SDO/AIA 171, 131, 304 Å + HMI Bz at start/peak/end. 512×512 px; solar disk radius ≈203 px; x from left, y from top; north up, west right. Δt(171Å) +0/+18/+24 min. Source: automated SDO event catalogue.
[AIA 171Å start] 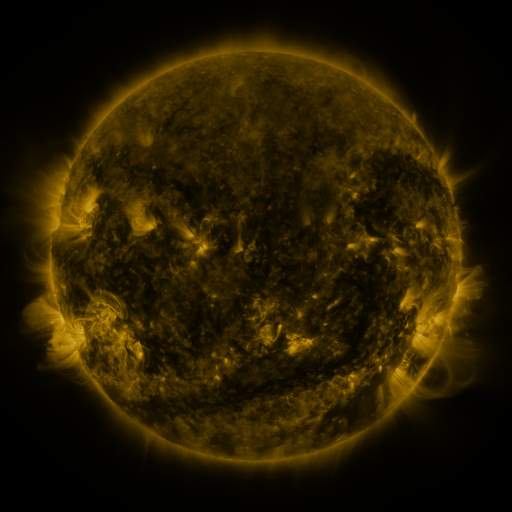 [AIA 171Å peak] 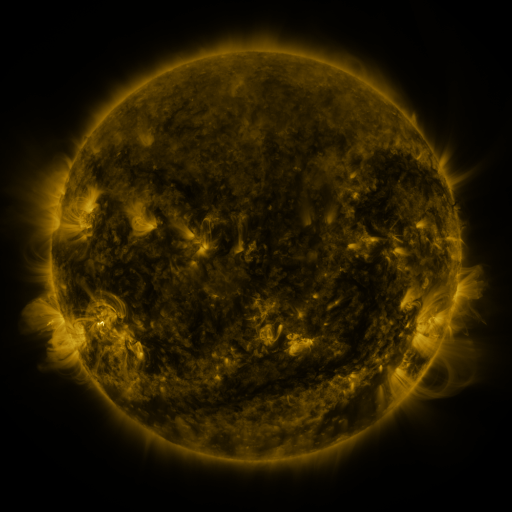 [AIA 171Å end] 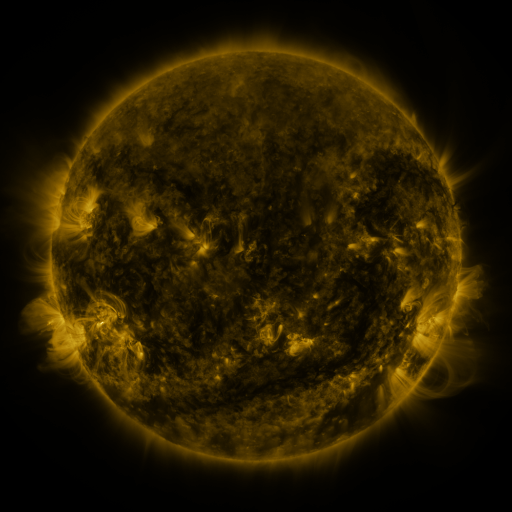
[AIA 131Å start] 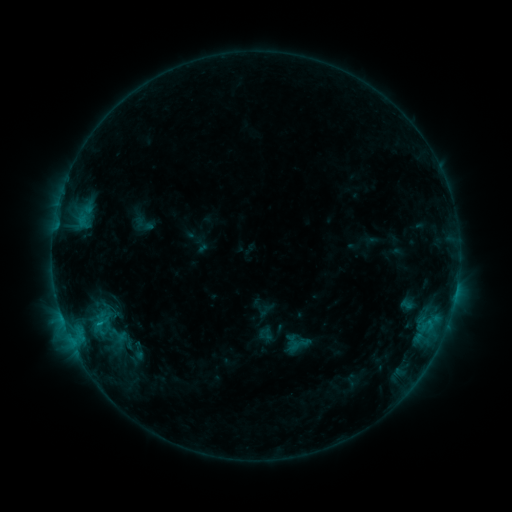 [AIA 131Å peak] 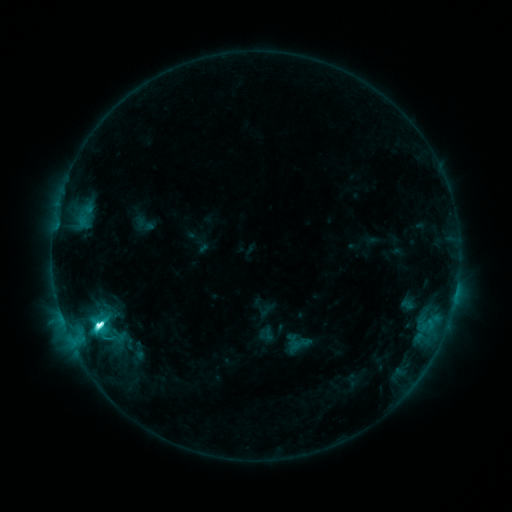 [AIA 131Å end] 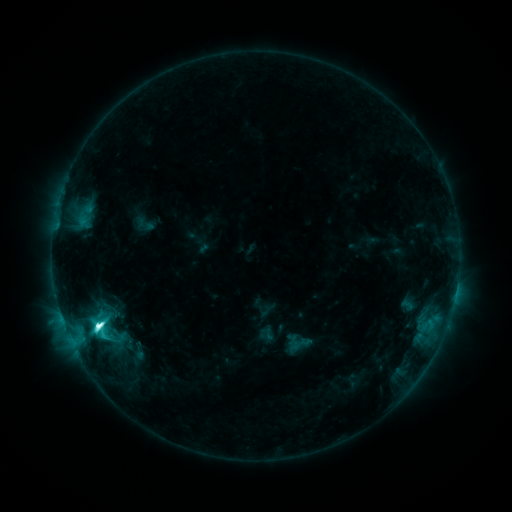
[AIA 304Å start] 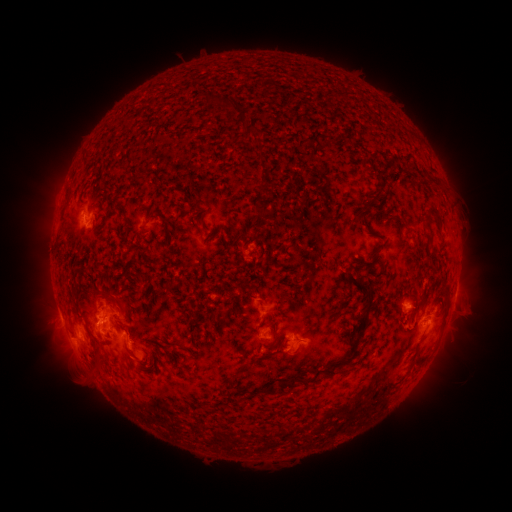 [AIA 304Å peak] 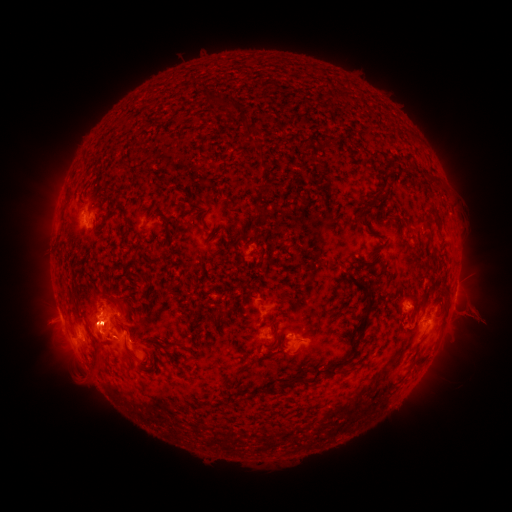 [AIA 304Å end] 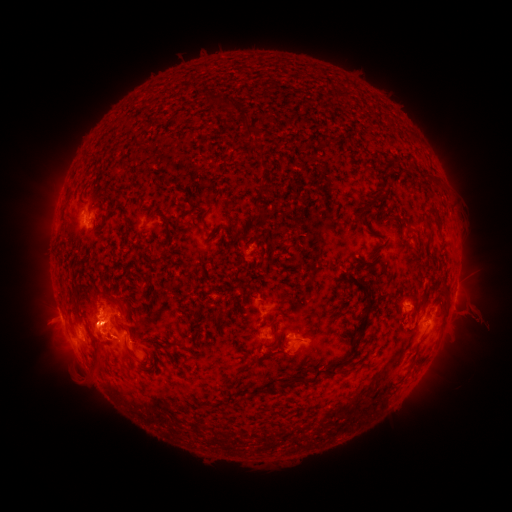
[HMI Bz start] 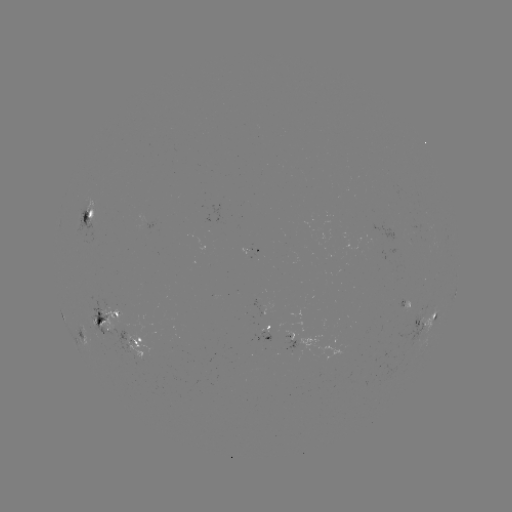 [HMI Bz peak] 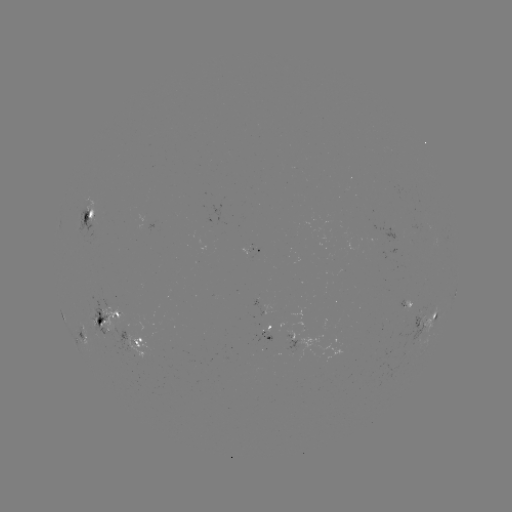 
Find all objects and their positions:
M1.1 flare: (100, 323)
